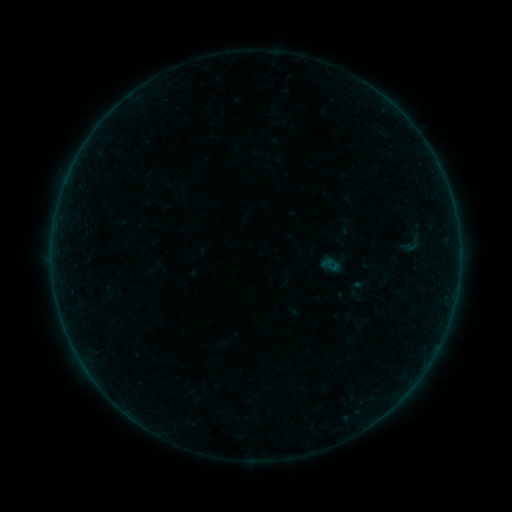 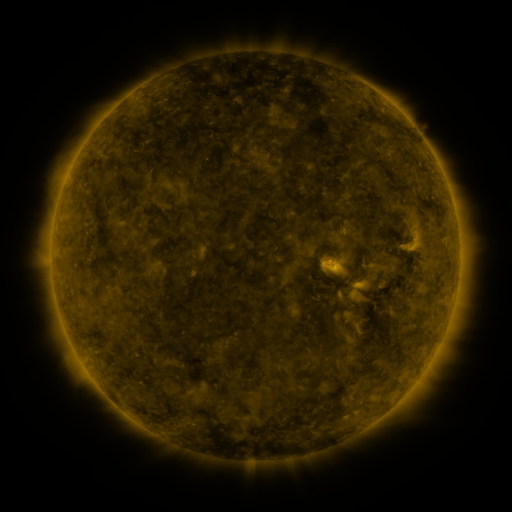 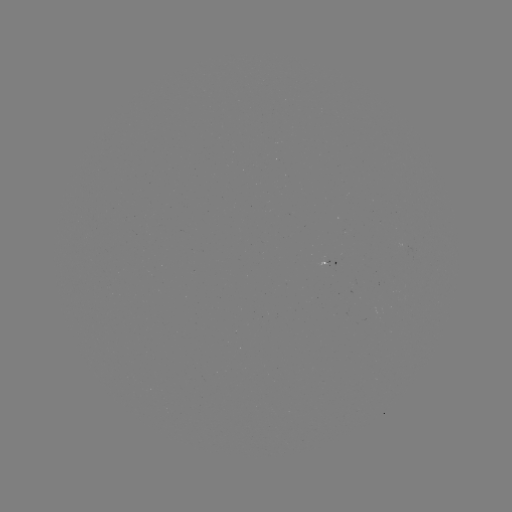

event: sigmoid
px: (413, 243)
